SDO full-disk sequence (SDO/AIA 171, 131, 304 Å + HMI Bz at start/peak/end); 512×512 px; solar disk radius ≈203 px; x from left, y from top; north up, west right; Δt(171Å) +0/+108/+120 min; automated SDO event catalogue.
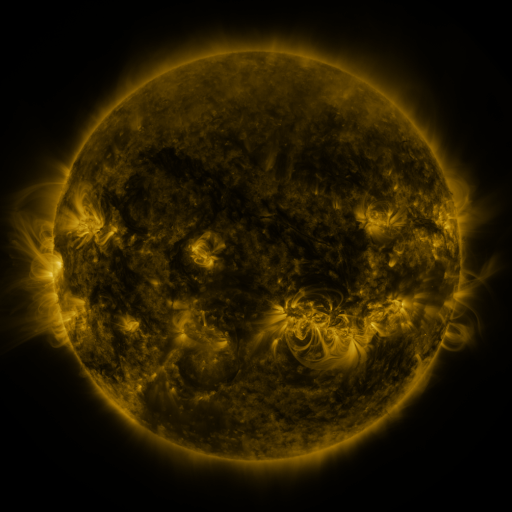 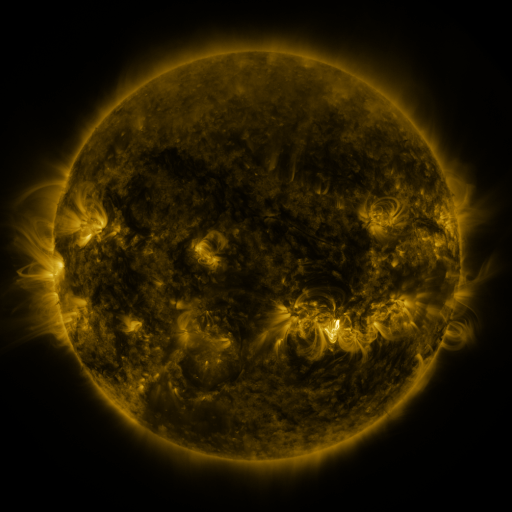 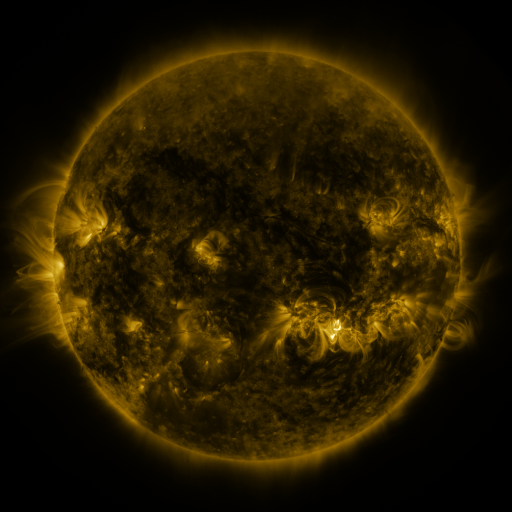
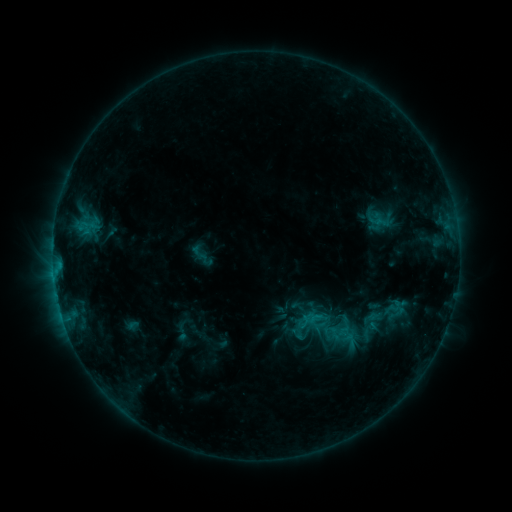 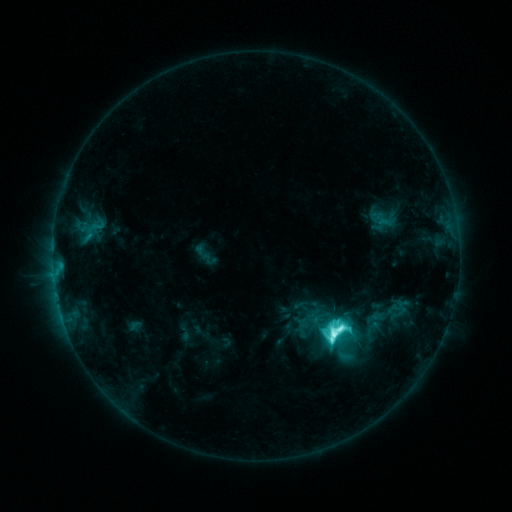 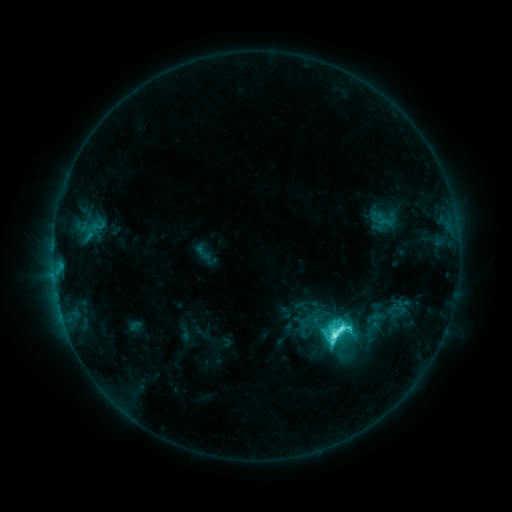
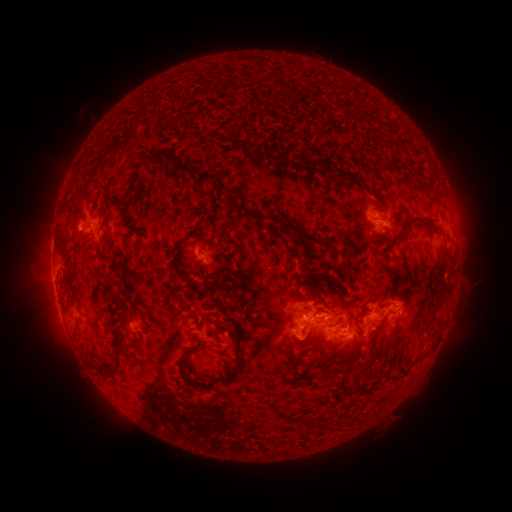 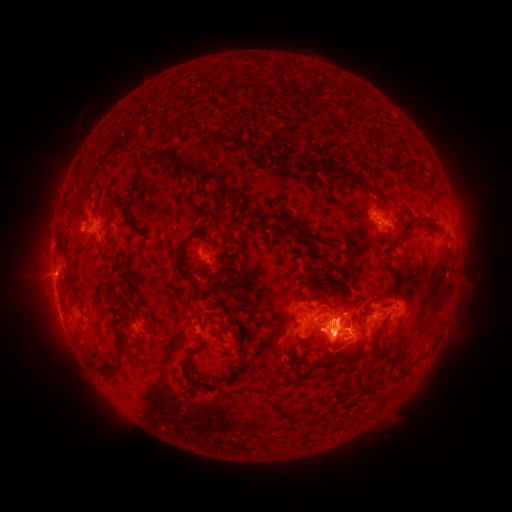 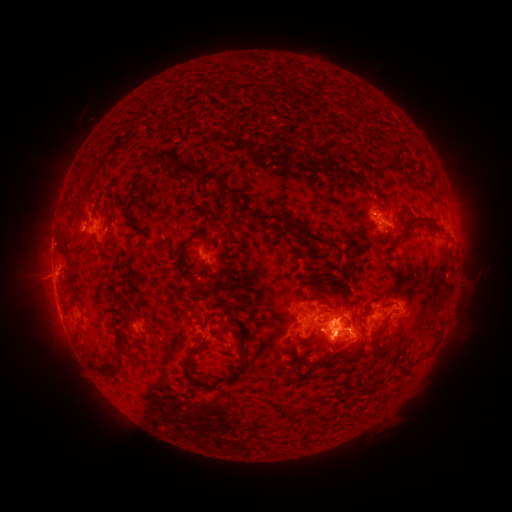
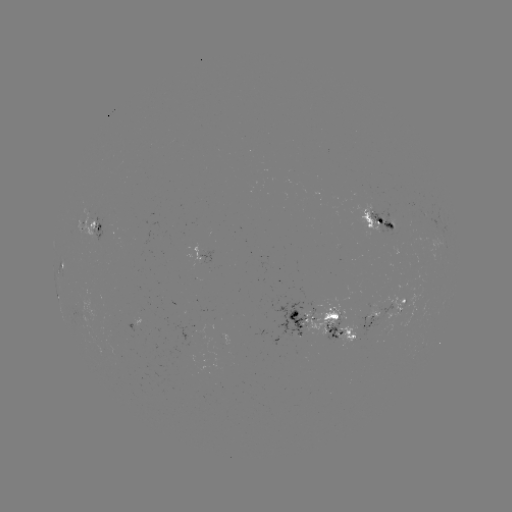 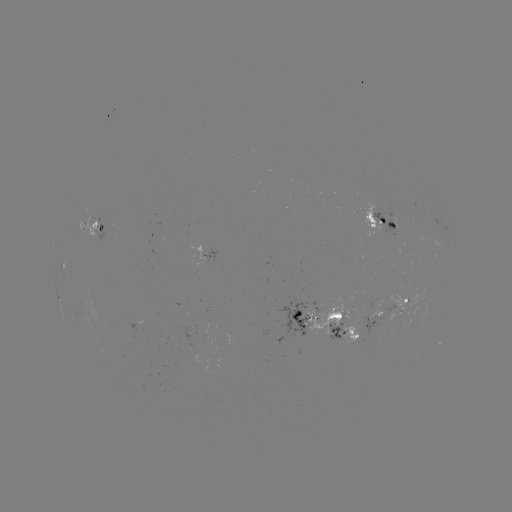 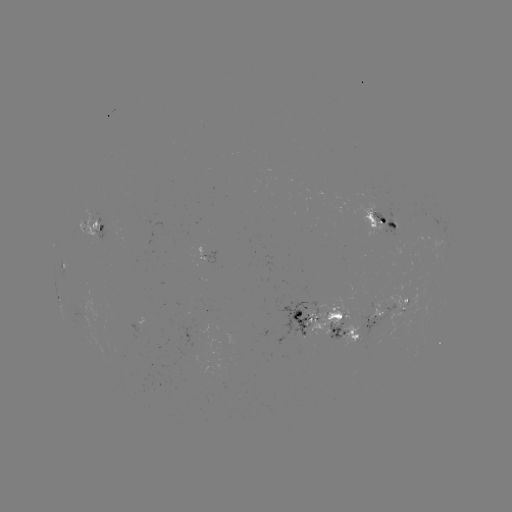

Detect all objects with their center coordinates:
emerging-flux region: (94, 223)
